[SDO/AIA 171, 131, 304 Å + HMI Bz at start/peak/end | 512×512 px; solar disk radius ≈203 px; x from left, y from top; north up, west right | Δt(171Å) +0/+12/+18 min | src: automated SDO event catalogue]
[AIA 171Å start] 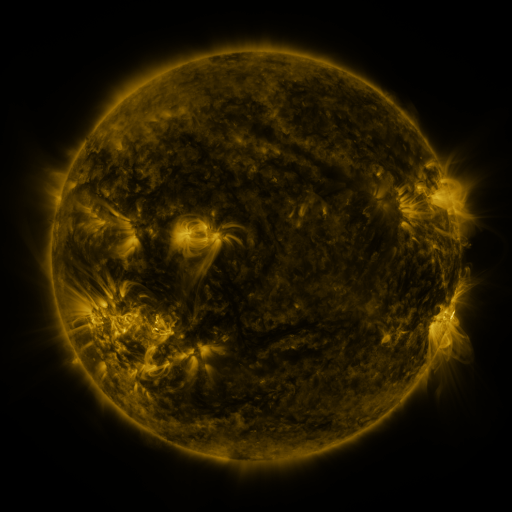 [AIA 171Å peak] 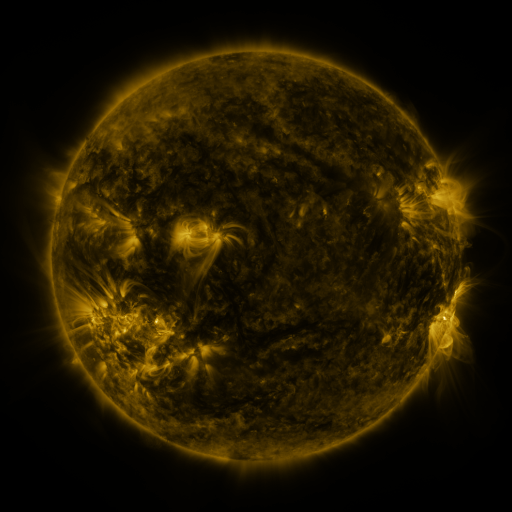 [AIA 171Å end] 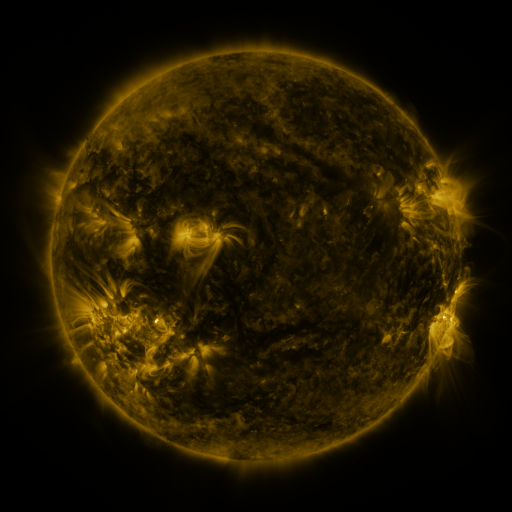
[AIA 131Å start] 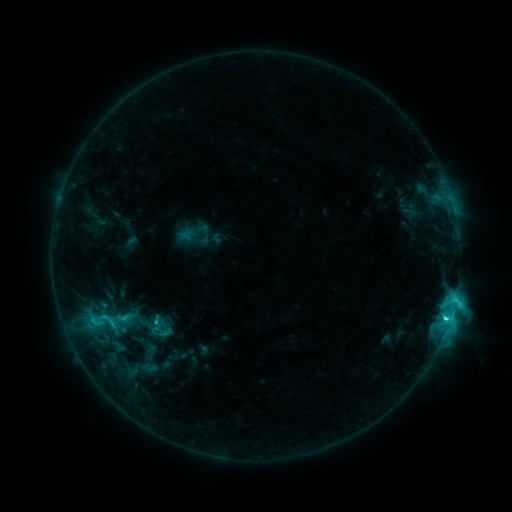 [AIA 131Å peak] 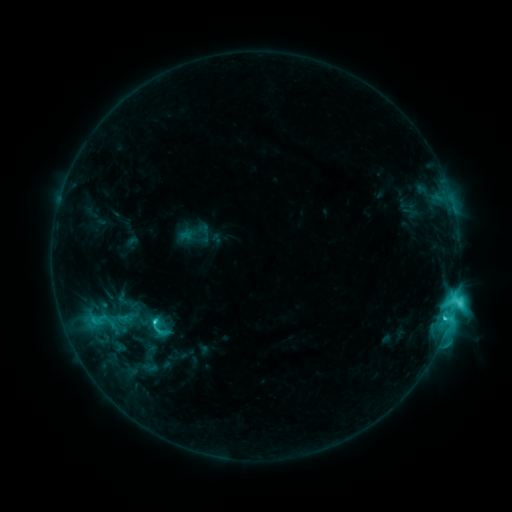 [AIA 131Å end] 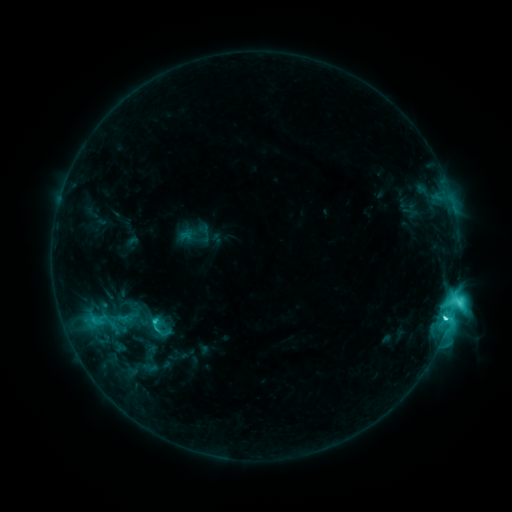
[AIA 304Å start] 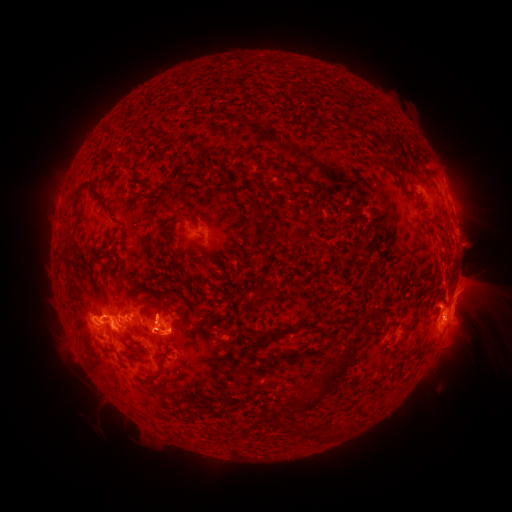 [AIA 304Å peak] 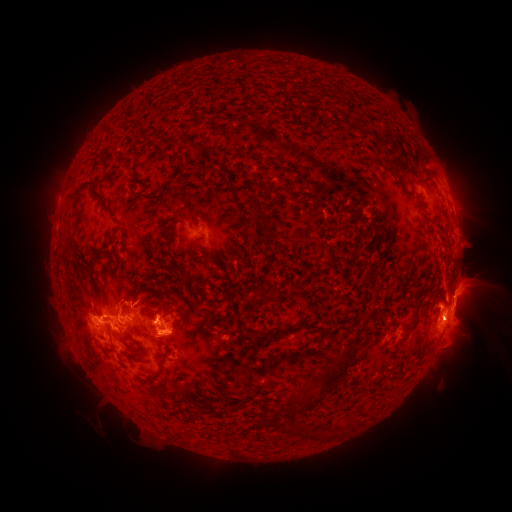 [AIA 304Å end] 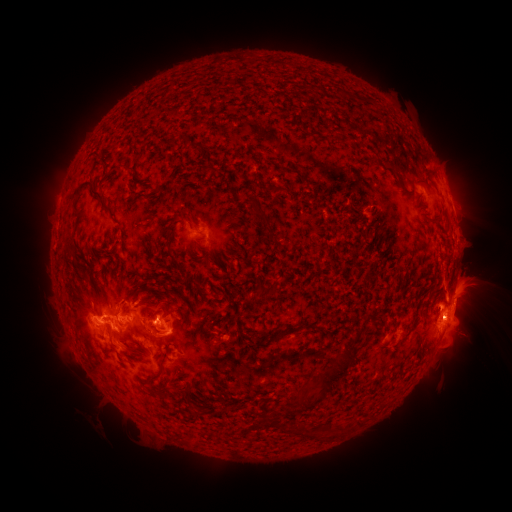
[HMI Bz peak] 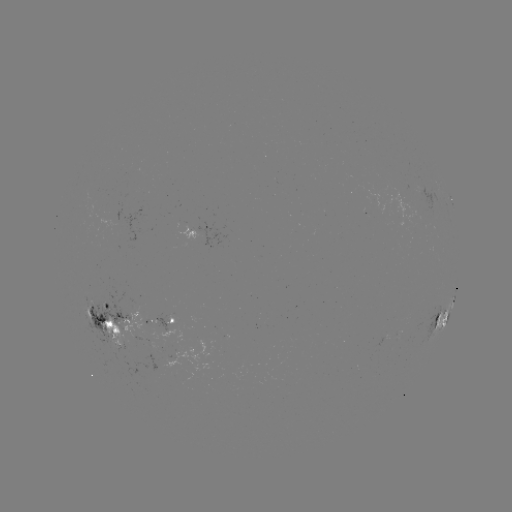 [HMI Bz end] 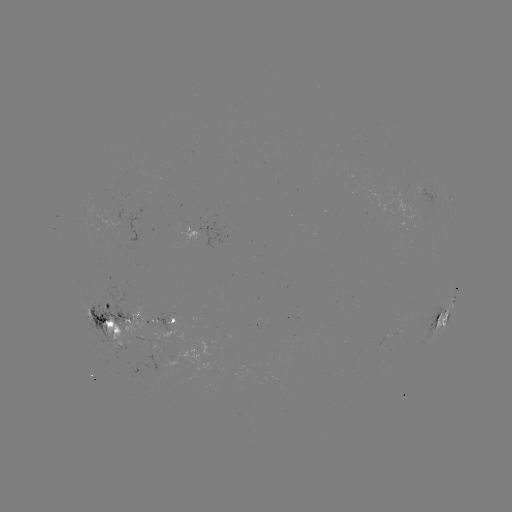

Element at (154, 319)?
C9.2 flare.